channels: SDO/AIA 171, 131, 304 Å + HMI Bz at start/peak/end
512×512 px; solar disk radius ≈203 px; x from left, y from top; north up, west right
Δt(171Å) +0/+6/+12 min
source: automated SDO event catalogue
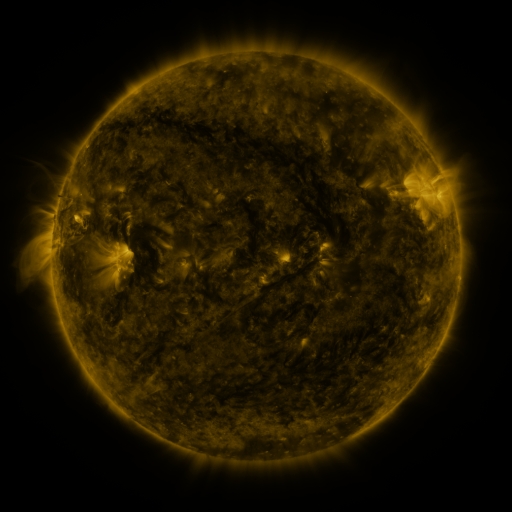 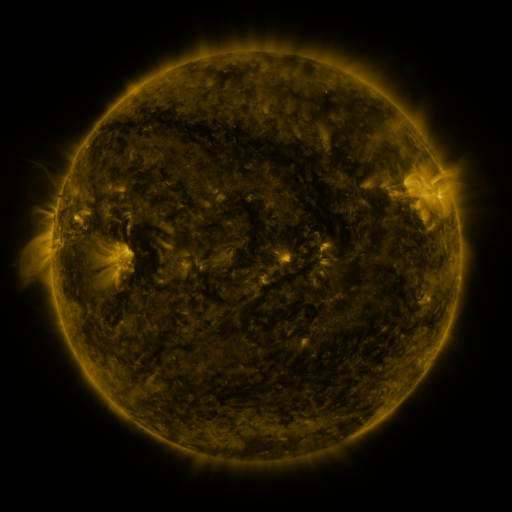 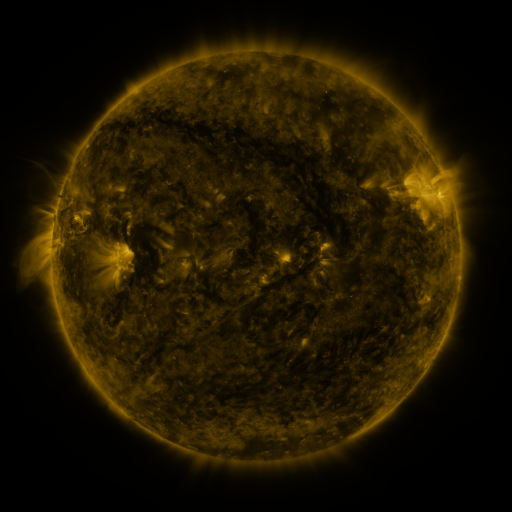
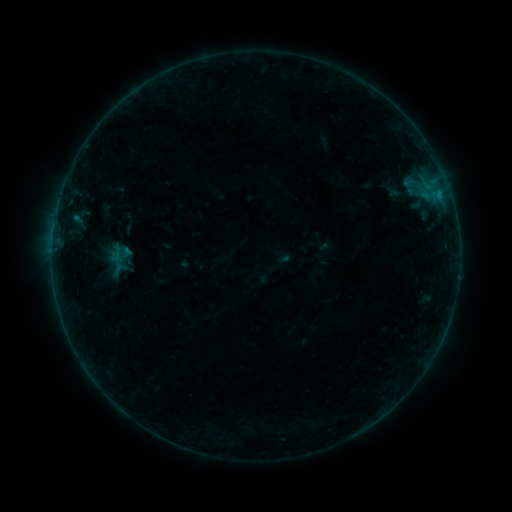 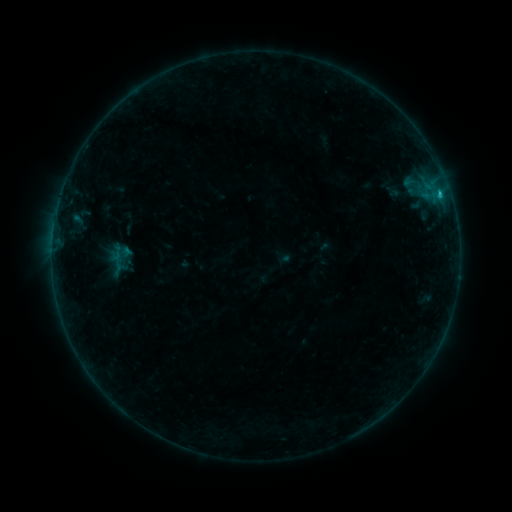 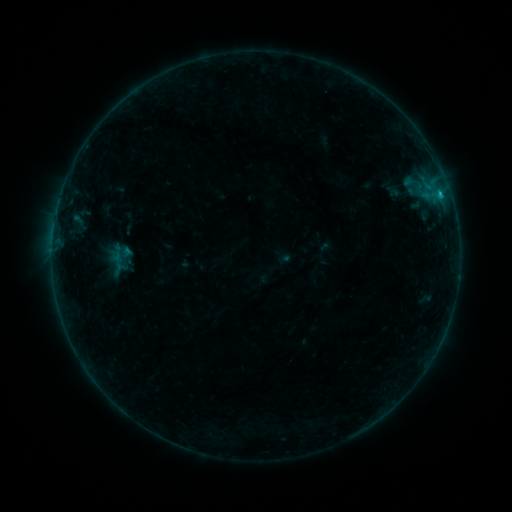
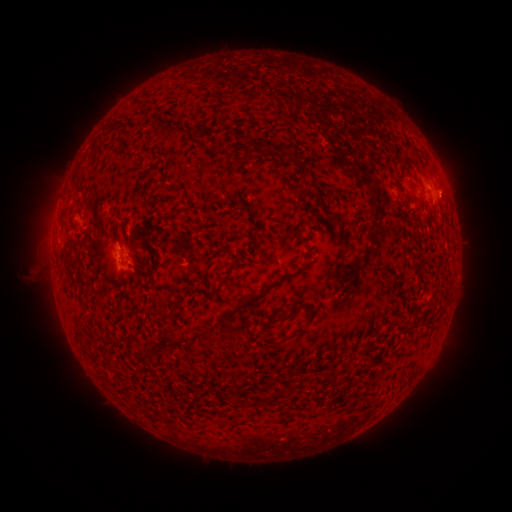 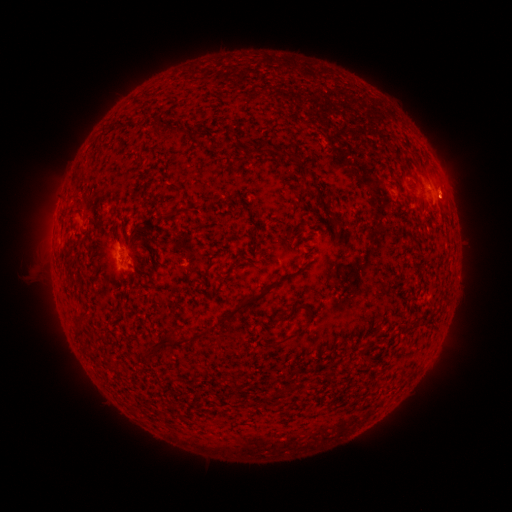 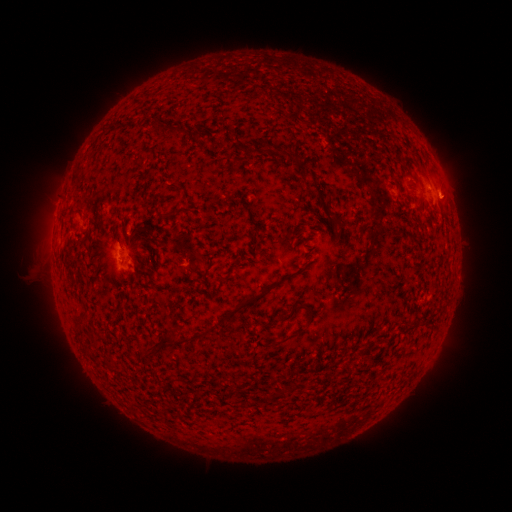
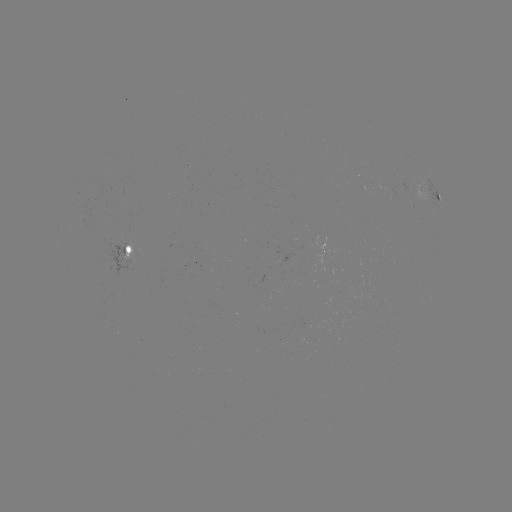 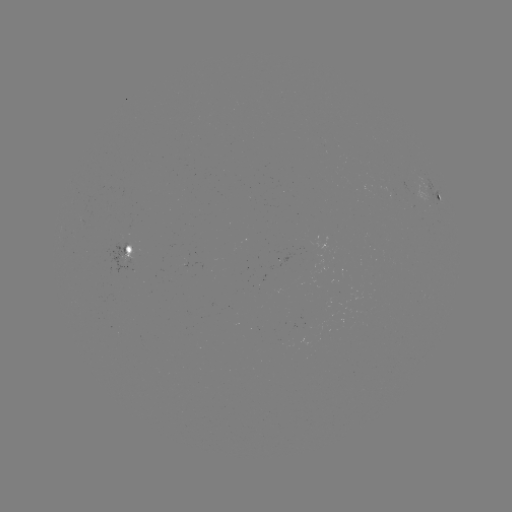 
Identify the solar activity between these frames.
B4.2 flare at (440, 195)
